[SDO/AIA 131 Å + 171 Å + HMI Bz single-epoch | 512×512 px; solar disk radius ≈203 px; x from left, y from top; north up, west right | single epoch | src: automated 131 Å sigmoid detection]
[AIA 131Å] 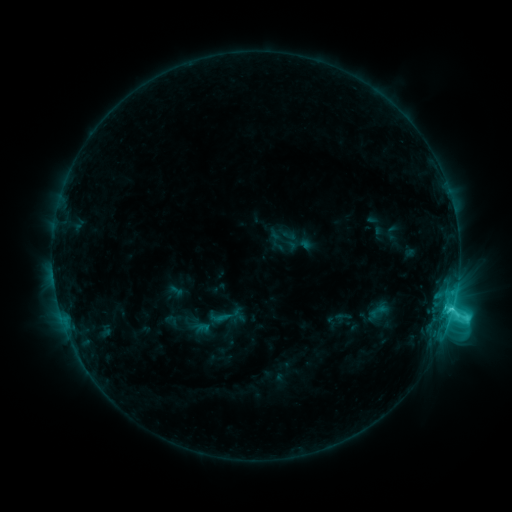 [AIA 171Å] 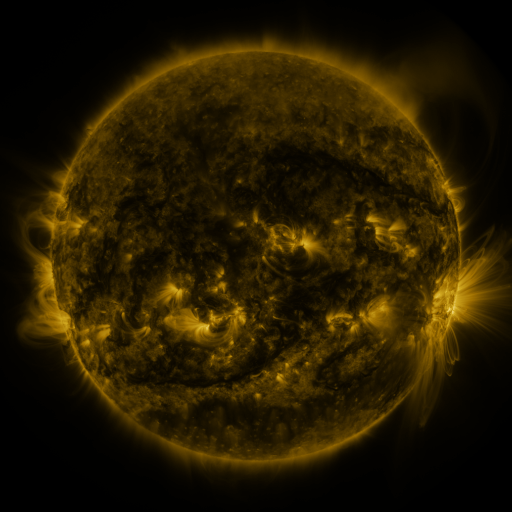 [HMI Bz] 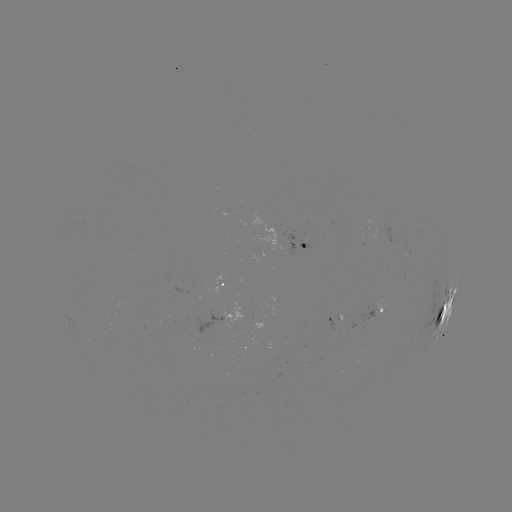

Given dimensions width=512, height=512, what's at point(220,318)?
sigmoid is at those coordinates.